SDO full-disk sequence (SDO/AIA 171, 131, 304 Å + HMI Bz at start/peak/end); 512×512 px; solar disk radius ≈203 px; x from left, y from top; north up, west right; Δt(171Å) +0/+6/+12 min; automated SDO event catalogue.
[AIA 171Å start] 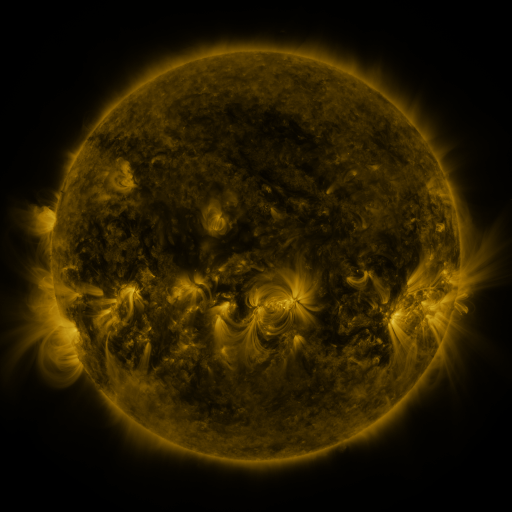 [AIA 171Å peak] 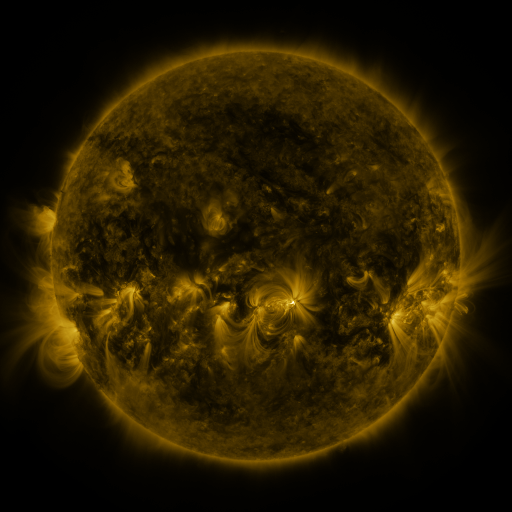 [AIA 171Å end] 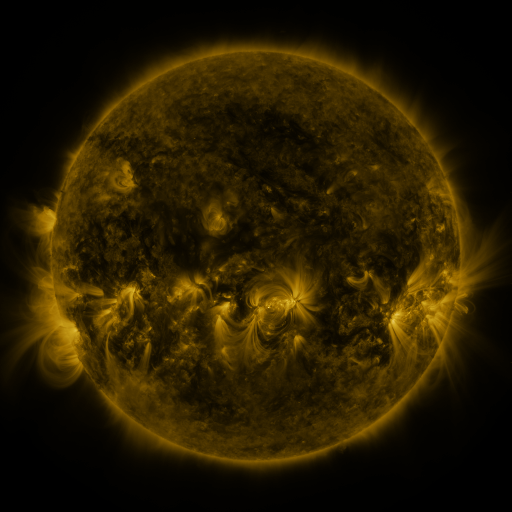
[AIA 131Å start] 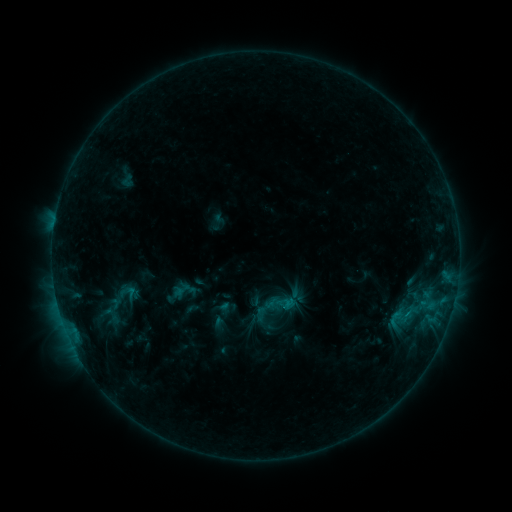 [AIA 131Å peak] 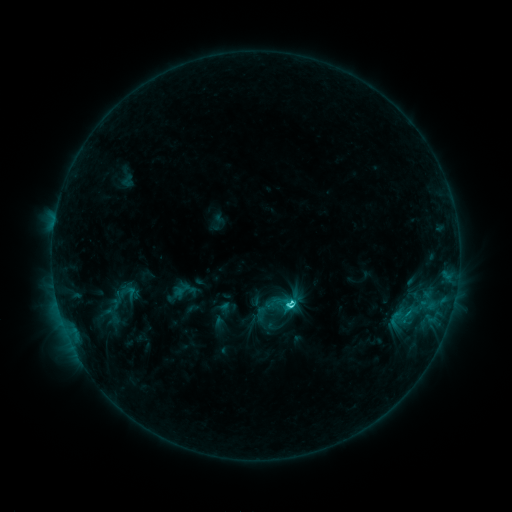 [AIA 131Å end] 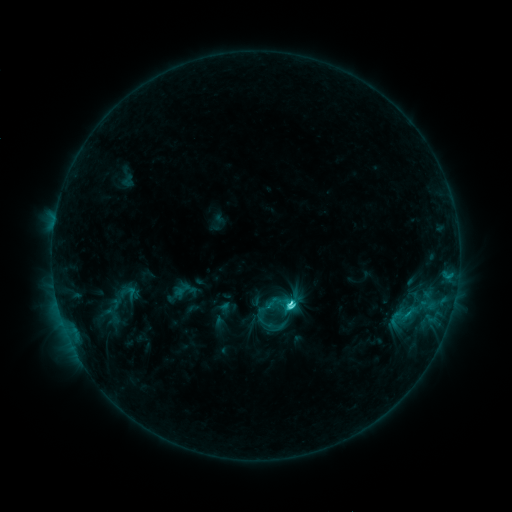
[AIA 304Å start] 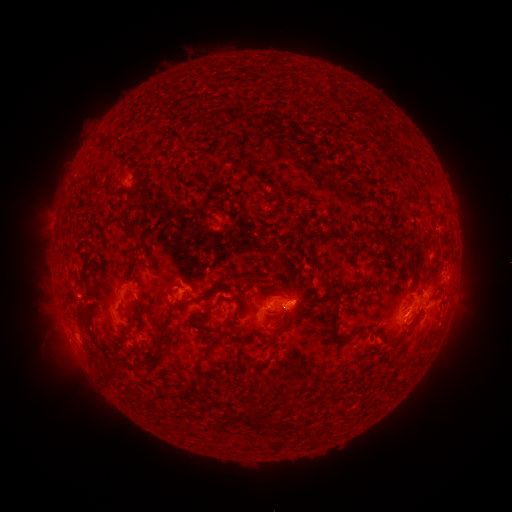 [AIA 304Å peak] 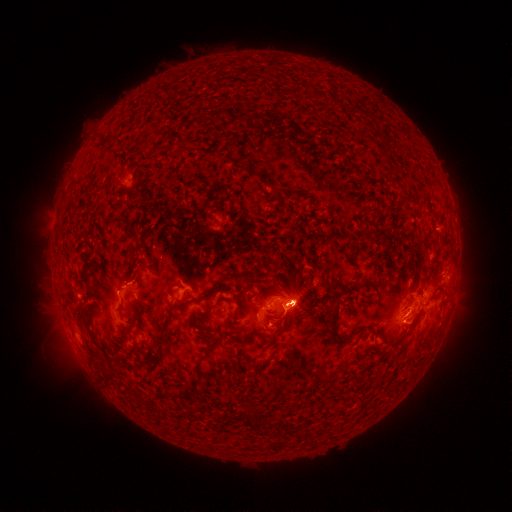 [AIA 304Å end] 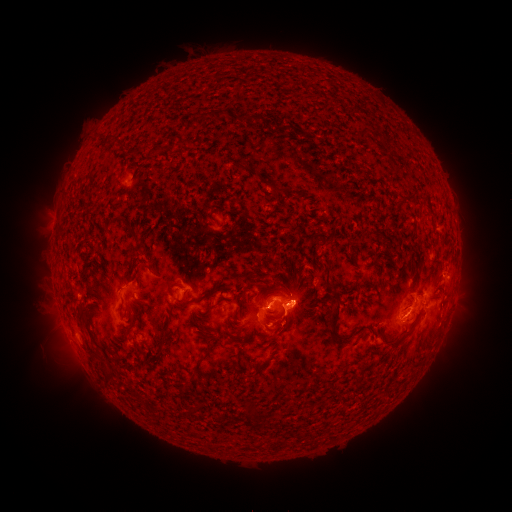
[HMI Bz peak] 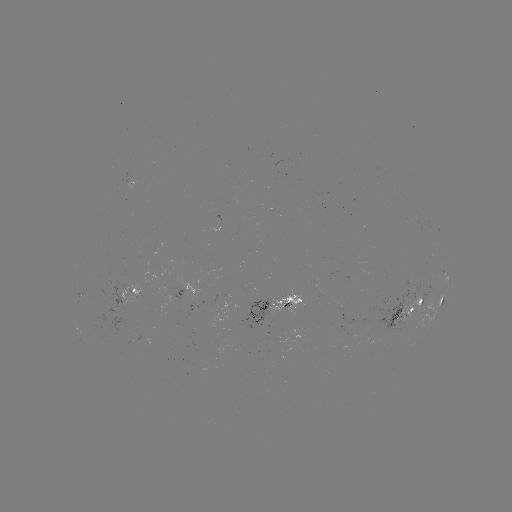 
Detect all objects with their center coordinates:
eruption: (56, 341)
